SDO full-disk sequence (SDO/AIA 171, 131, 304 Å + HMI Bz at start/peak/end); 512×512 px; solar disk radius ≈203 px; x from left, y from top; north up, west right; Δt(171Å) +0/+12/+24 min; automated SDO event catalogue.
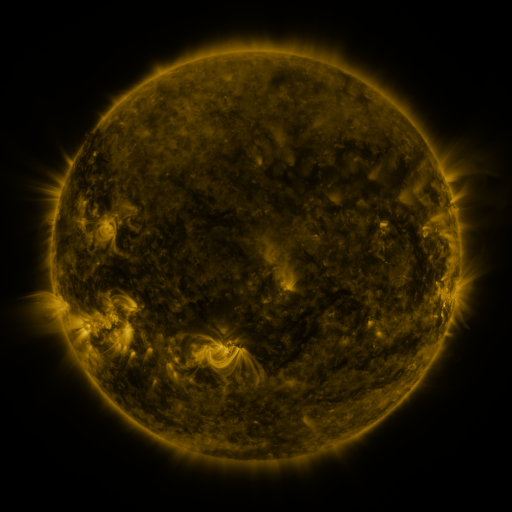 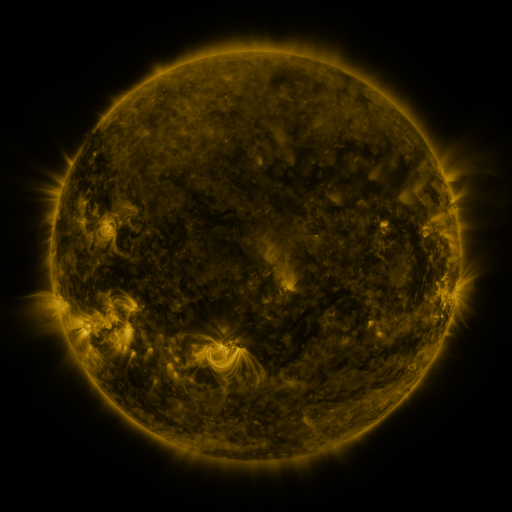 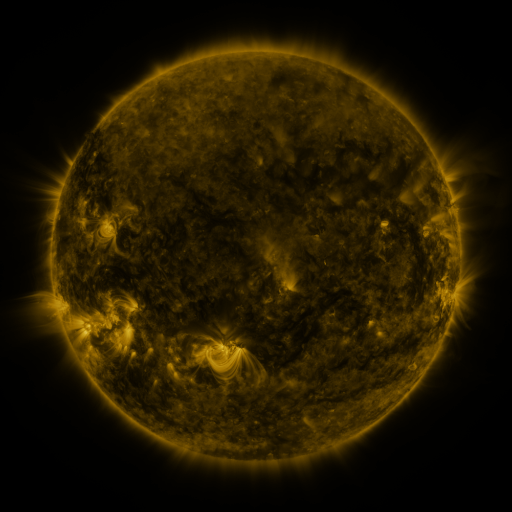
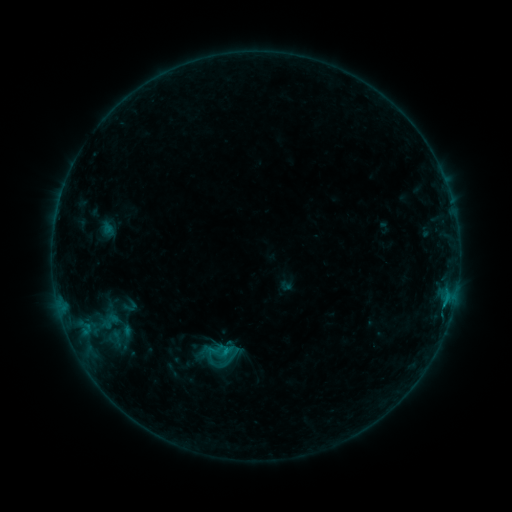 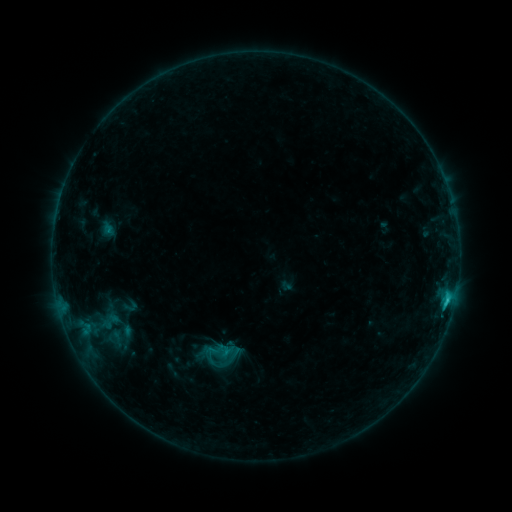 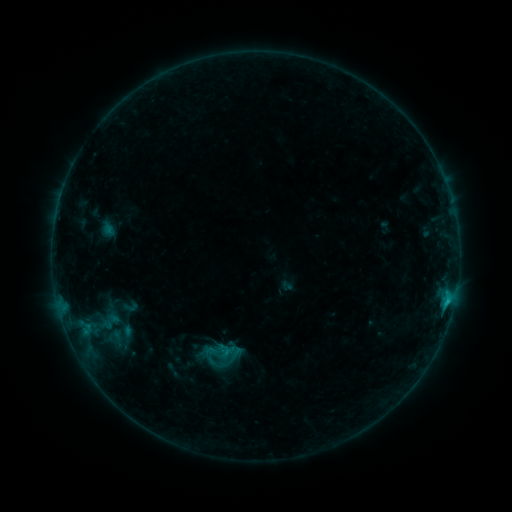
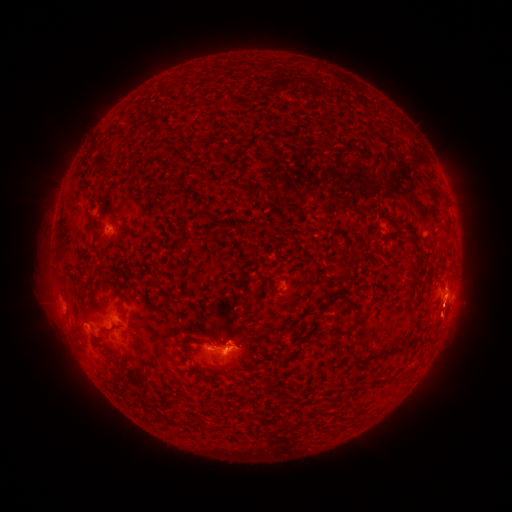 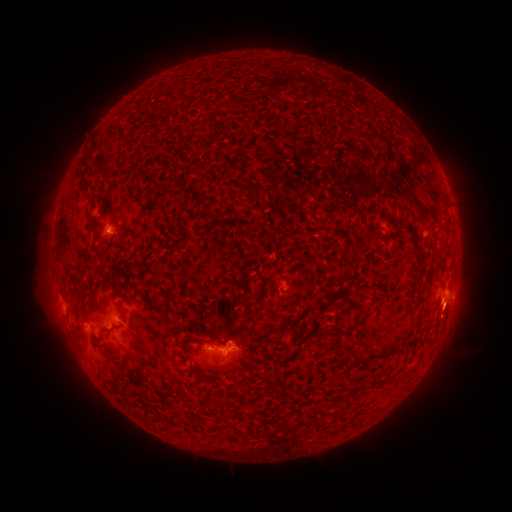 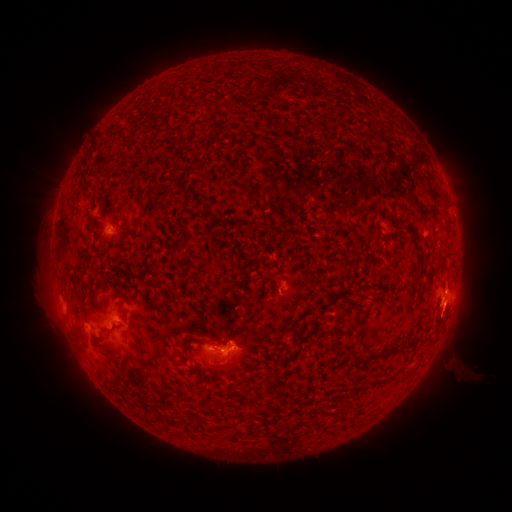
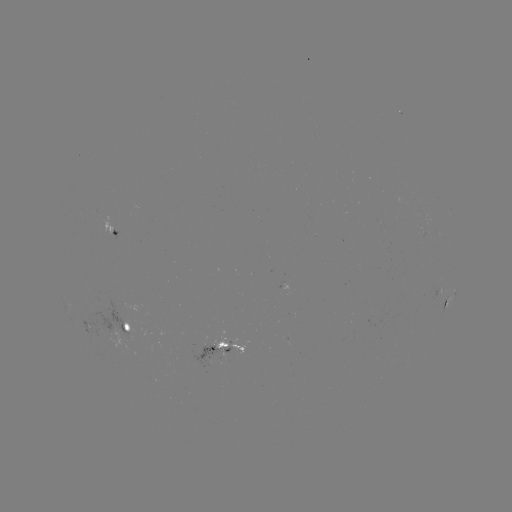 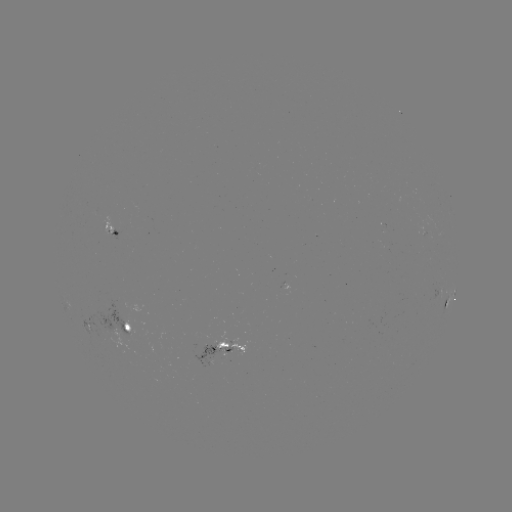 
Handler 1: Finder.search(C1.3 flare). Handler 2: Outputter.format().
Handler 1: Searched C1.3 flare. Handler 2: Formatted (447, 298).